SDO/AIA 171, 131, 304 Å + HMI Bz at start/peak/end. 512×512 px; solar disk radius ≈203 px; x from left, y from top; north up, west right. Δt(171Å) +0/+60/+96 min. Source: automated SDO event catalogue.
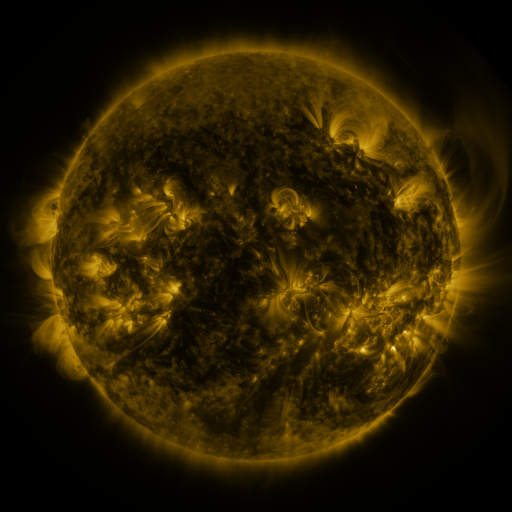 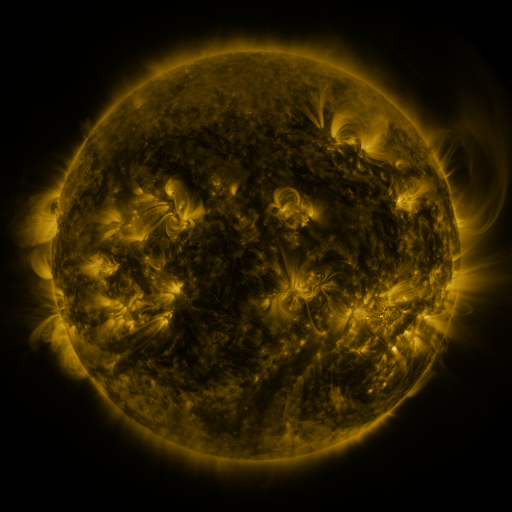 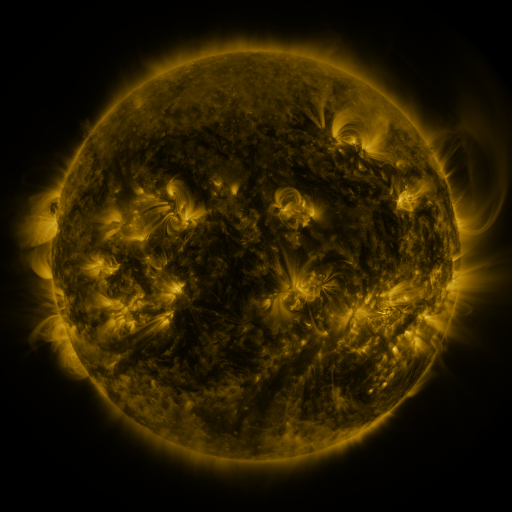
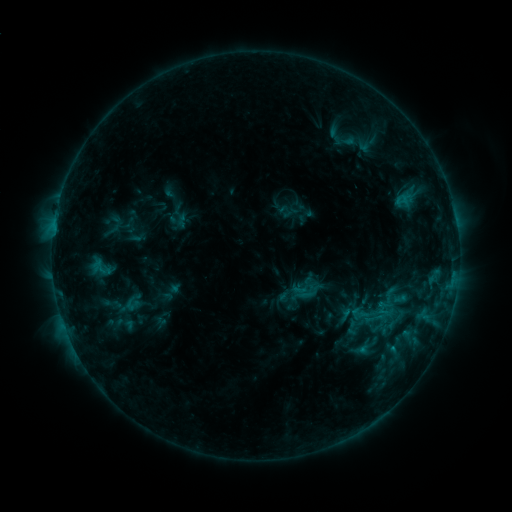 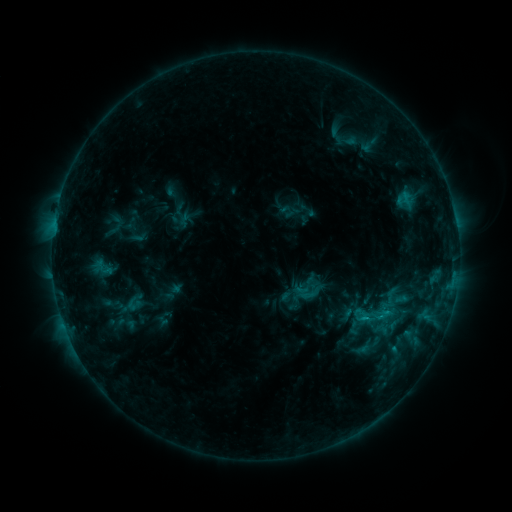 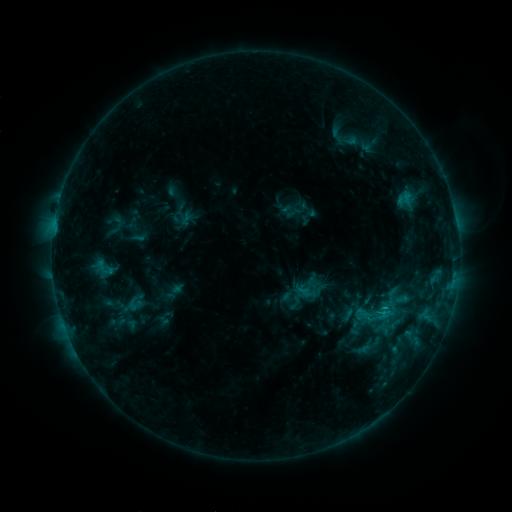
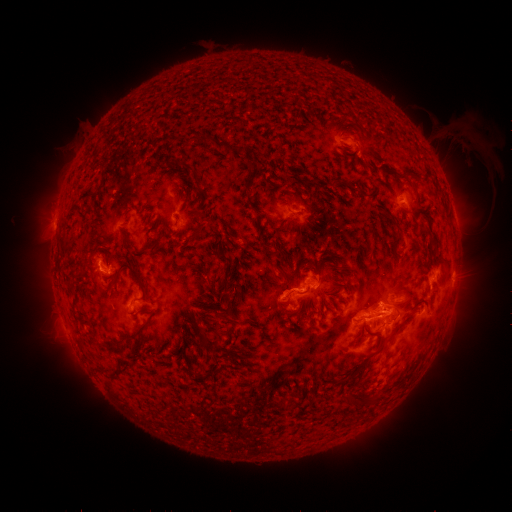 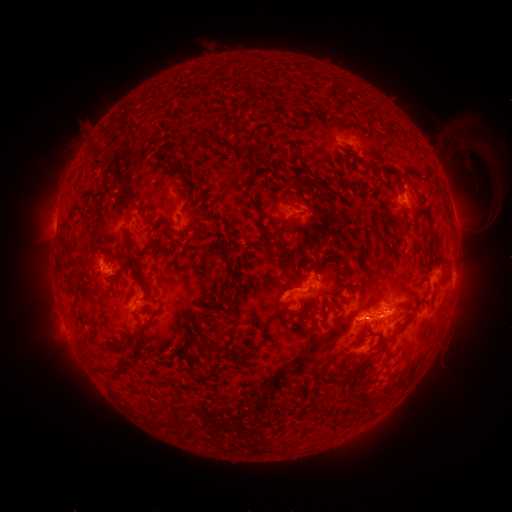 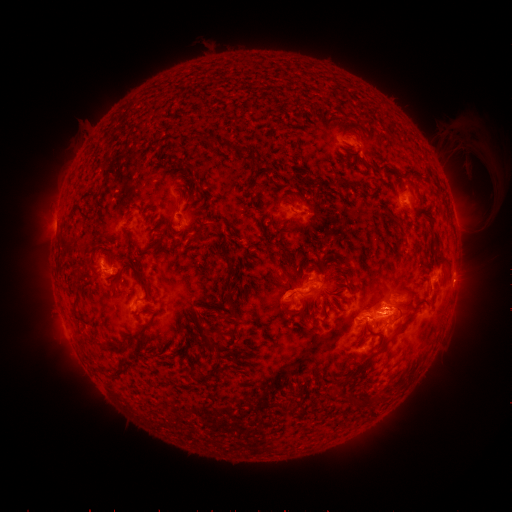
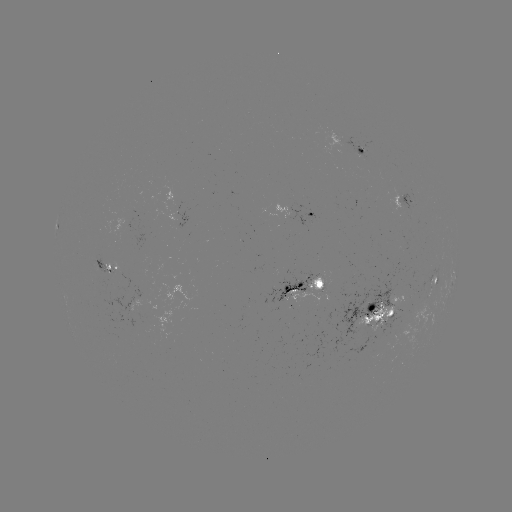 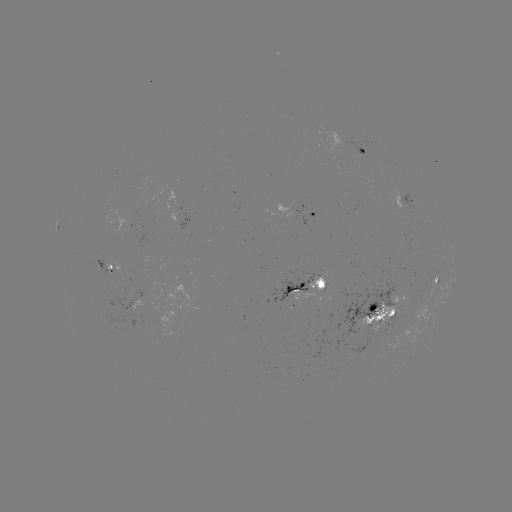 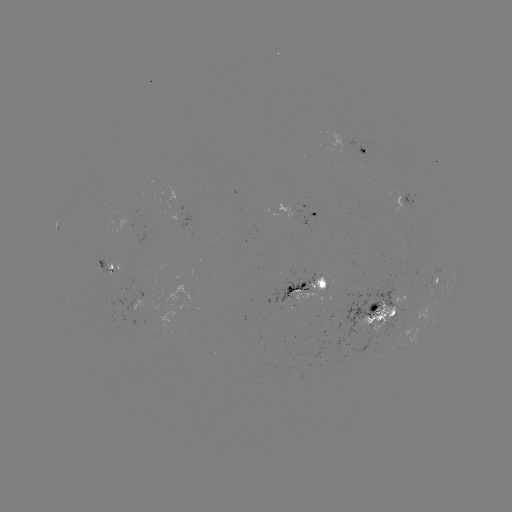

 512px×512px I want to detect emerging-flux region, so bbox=[148, 259, 153, 270].